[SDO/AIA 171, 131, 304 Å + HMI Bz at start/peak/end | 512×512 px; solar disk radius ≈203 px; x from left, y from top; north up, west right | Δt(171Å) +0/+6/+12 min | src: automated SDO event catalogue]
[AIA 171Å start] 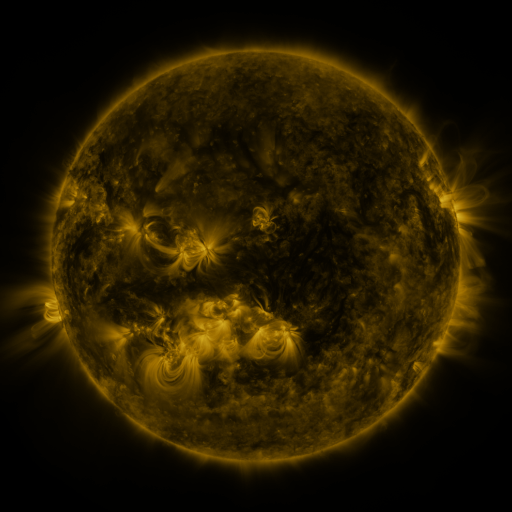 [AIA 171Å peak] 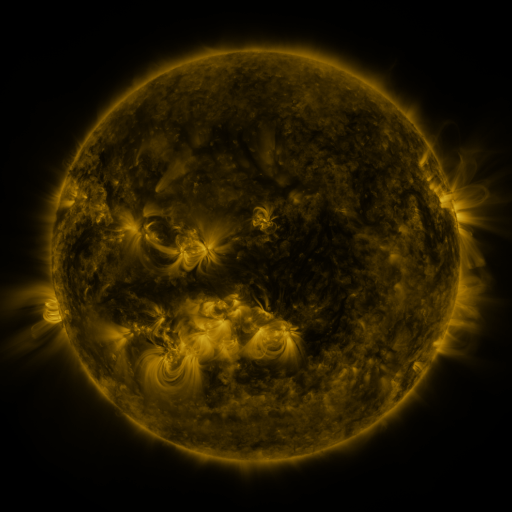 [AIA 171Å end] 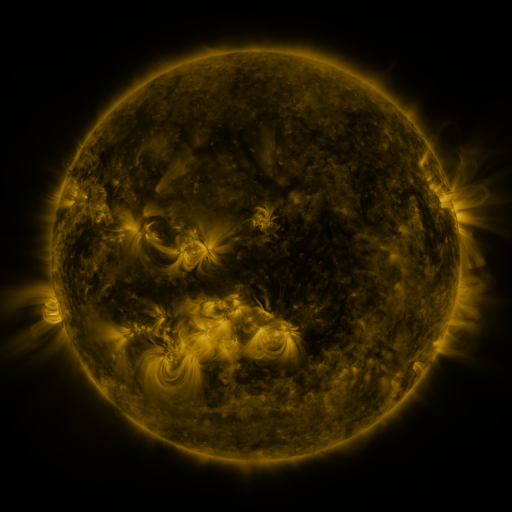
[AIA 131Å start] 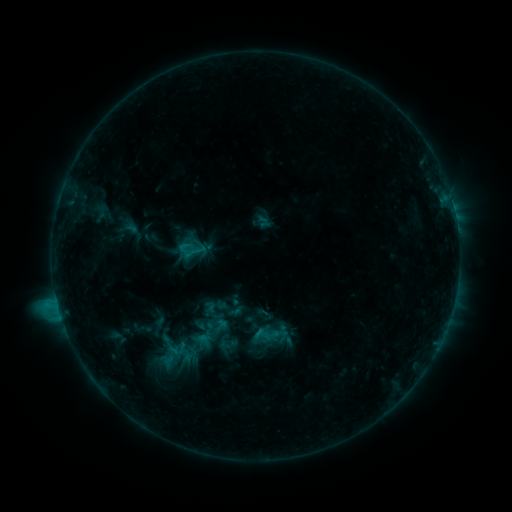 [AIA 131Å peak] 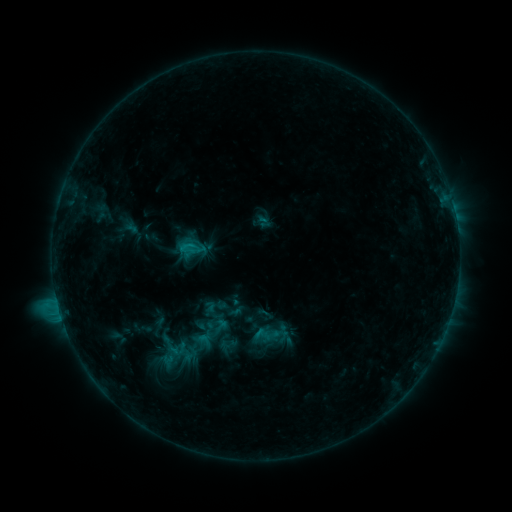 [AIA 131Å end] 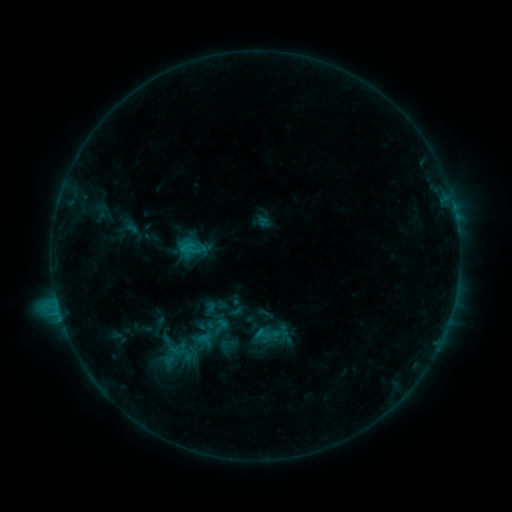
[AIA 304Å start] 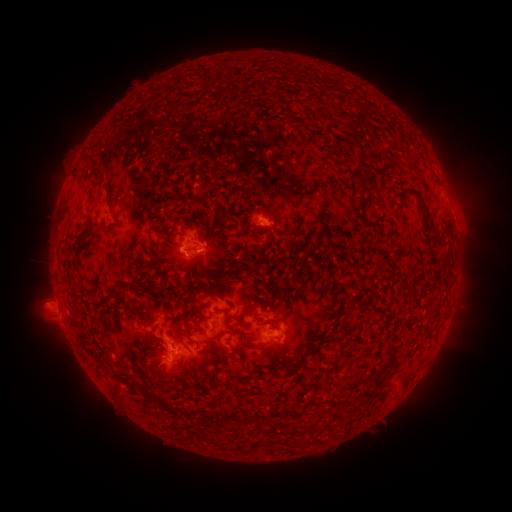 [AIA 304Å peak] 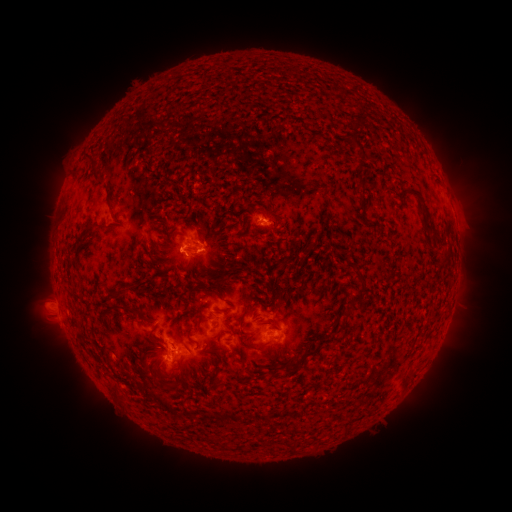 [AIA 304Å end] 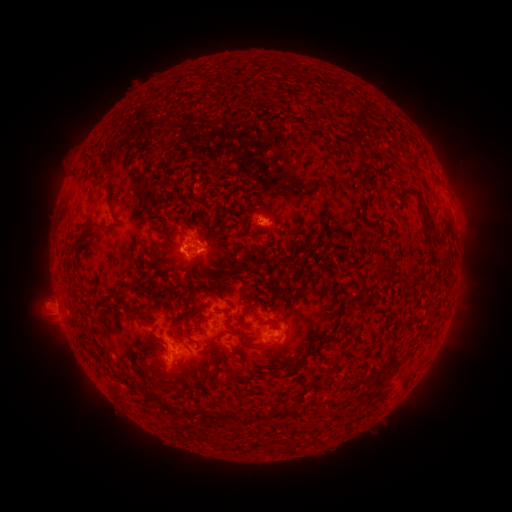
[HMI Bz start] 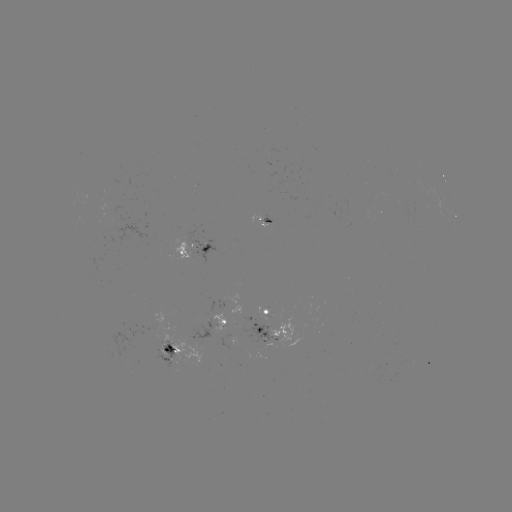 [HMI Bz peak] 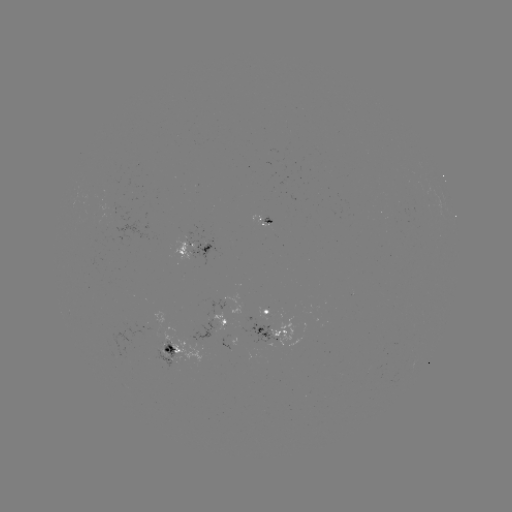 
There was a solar flare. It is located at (193, 247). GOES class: C1.5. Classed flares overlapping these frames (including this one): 1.